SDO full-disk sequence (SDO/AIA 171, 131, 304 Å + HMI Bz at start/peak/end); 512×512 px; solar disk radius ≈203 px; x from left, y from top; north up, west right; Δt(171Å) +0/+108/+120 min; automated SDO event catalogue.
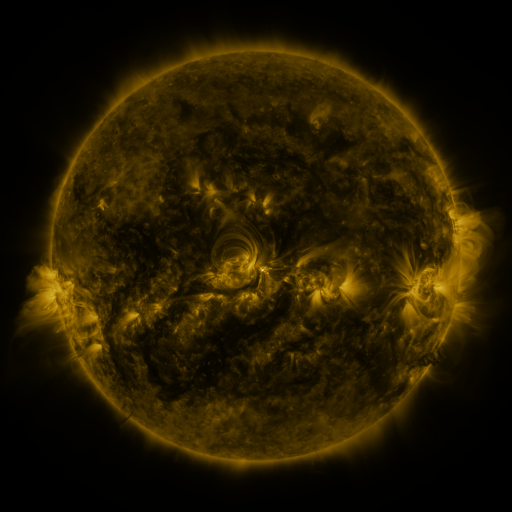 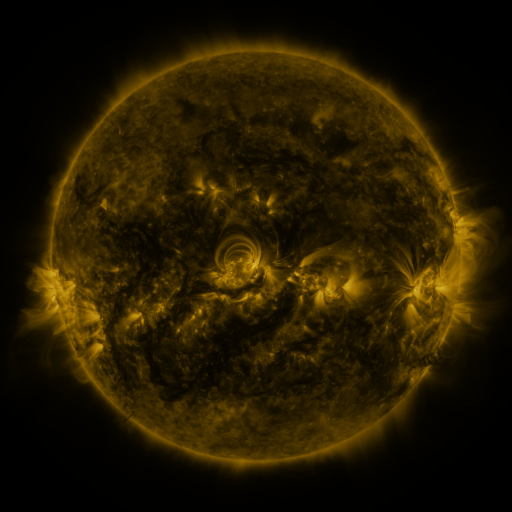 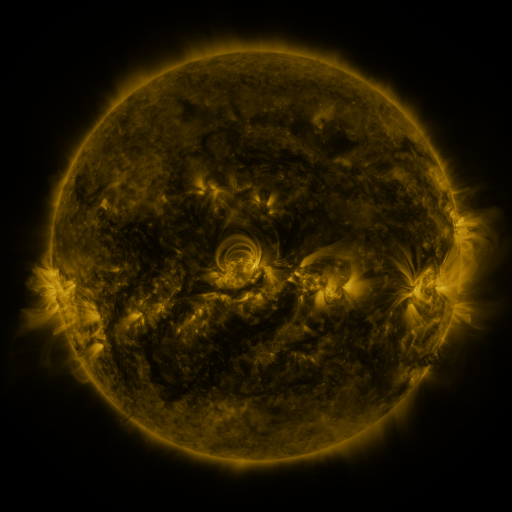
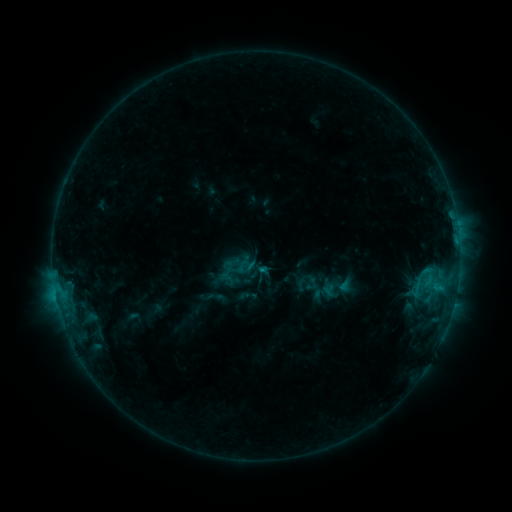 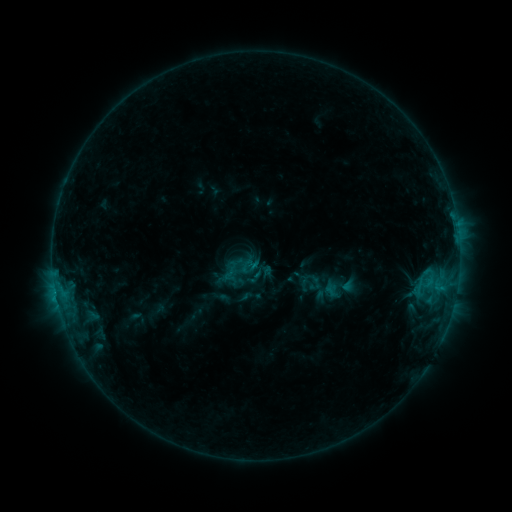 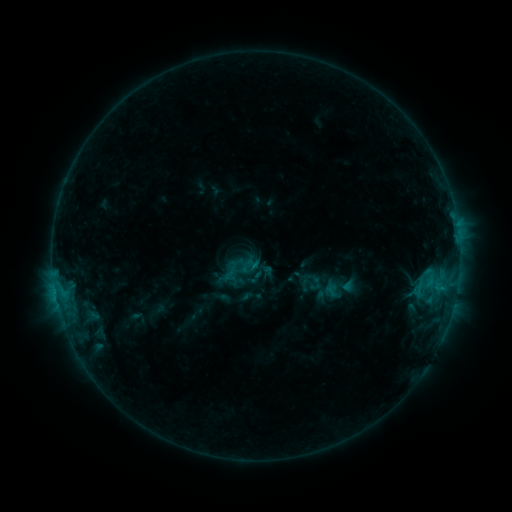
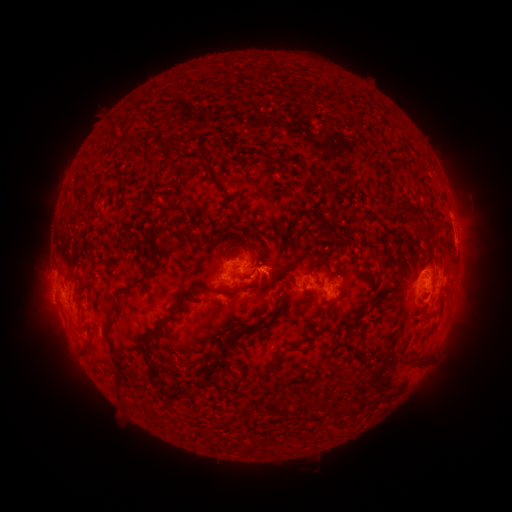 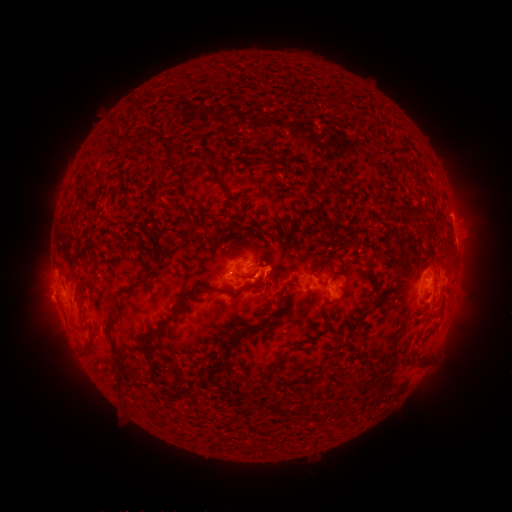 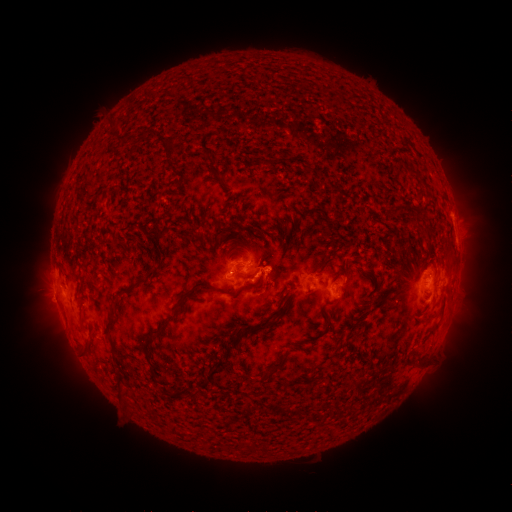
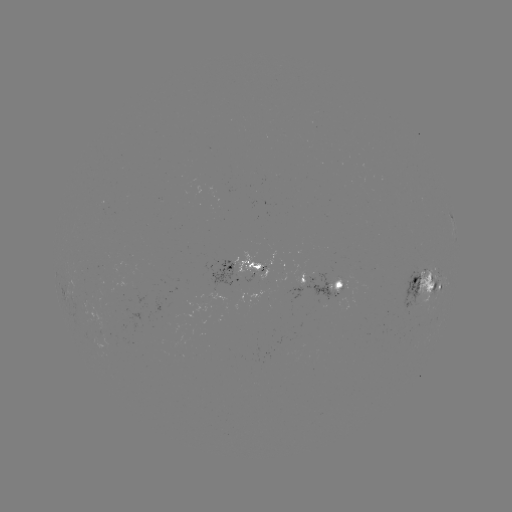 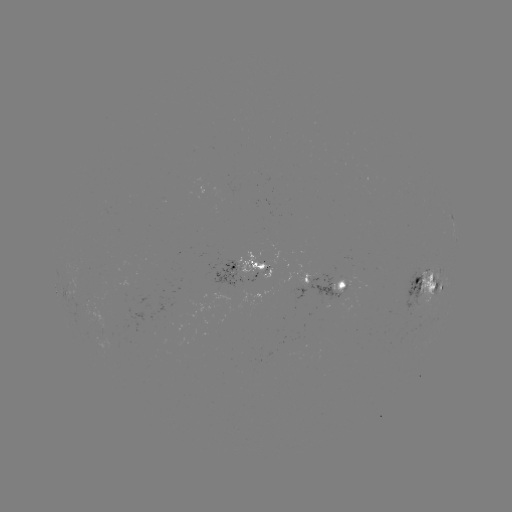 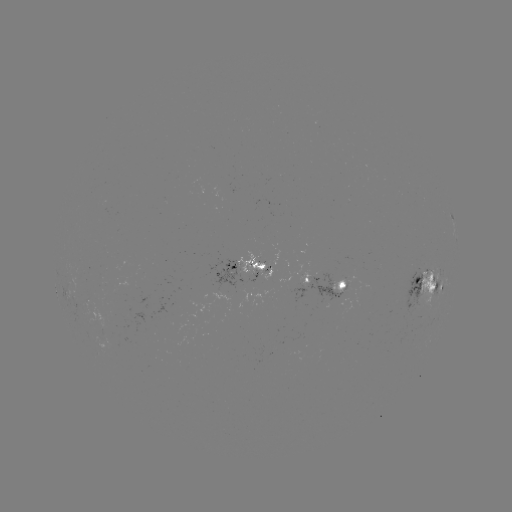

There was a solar emerging-flux region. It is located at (417, 298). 